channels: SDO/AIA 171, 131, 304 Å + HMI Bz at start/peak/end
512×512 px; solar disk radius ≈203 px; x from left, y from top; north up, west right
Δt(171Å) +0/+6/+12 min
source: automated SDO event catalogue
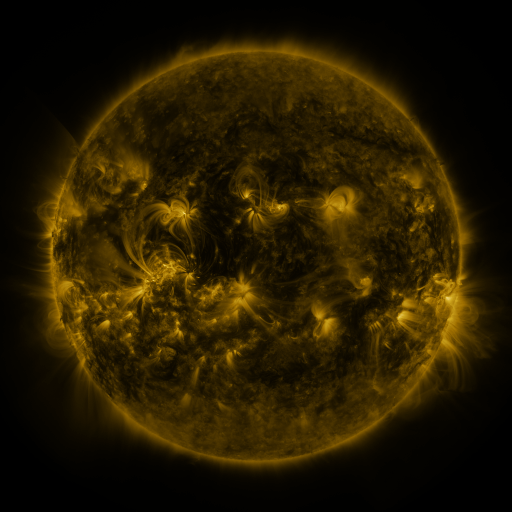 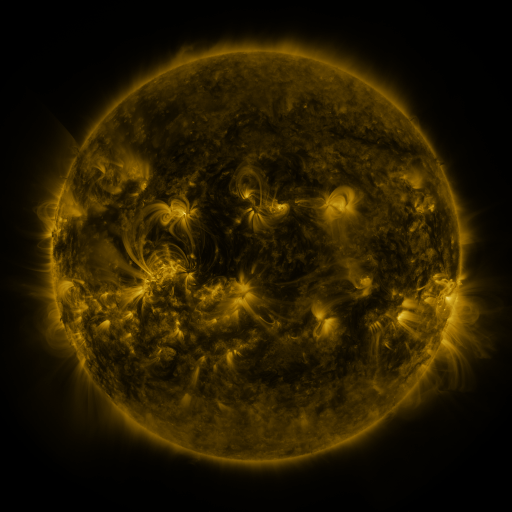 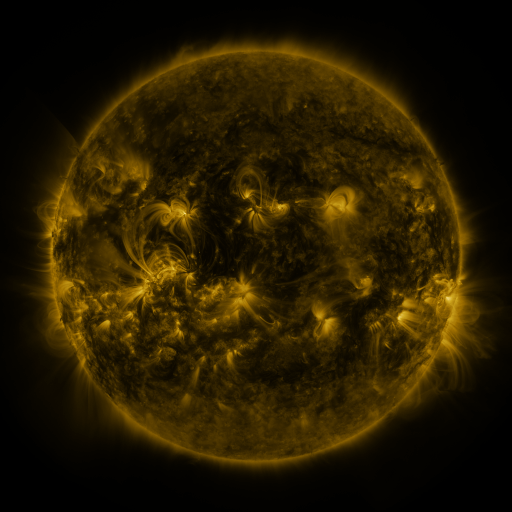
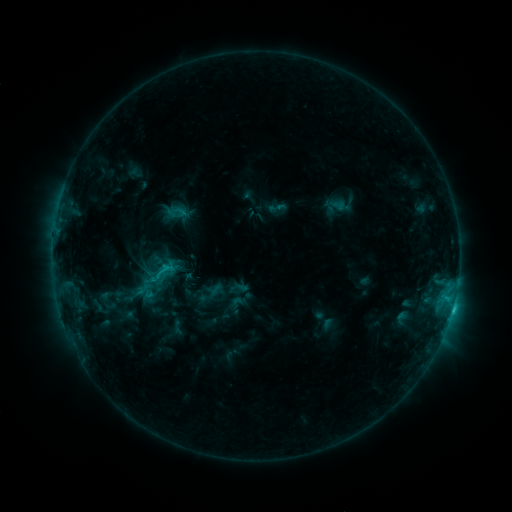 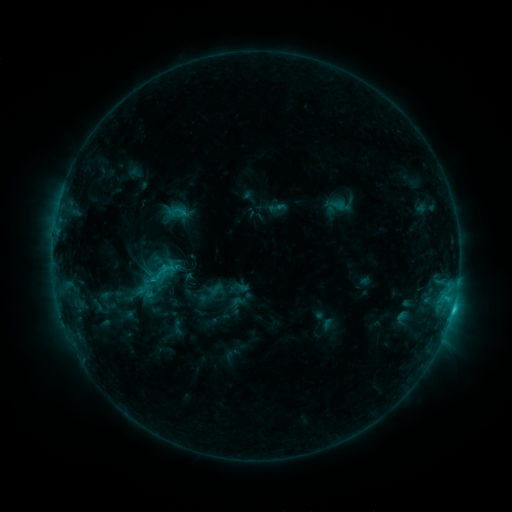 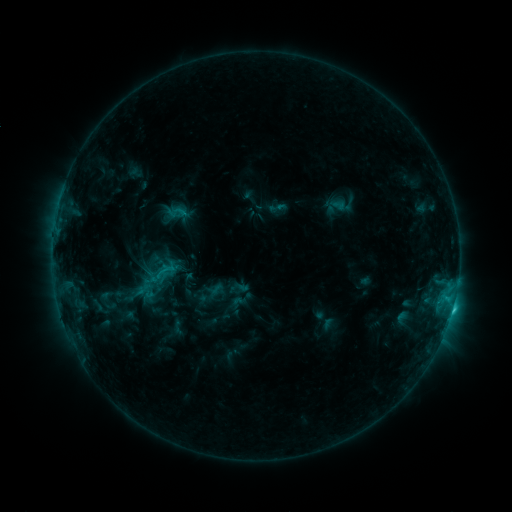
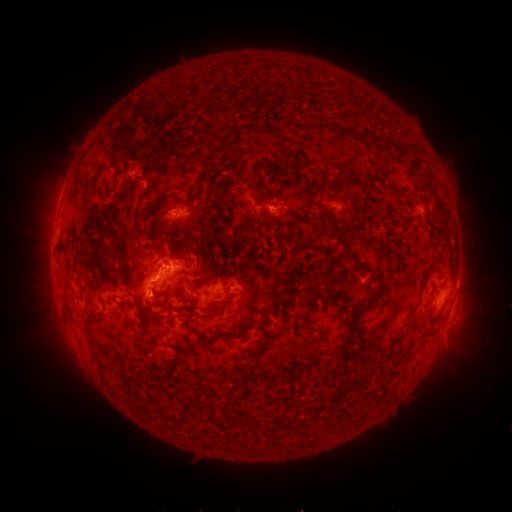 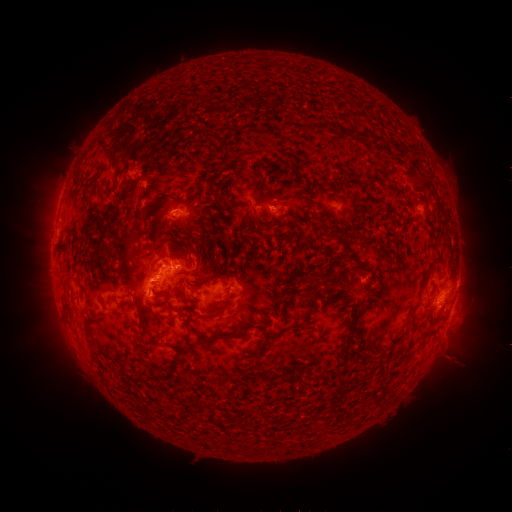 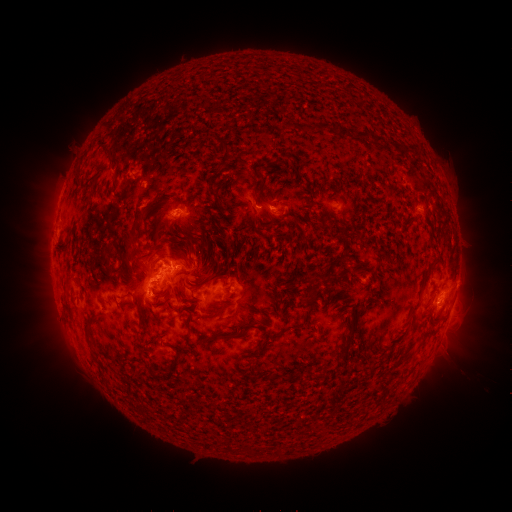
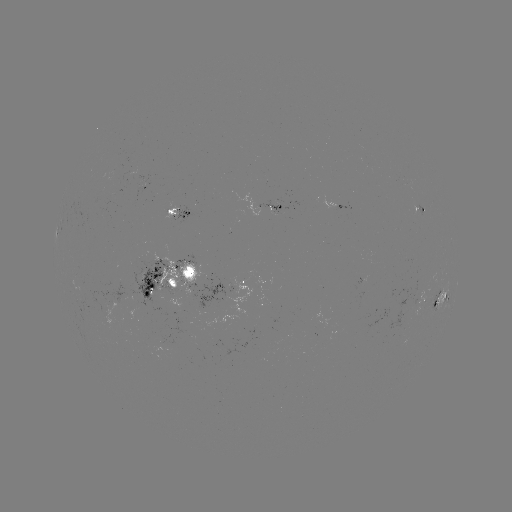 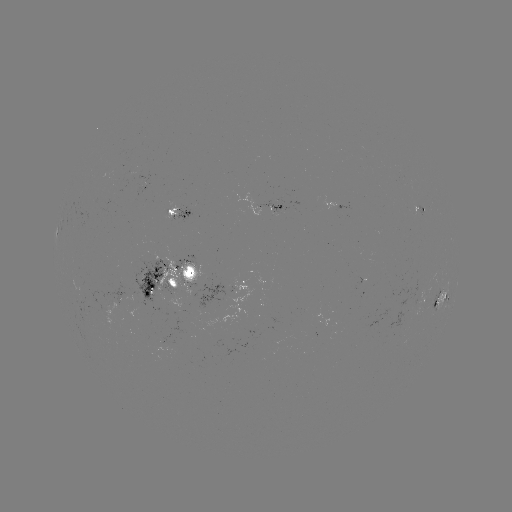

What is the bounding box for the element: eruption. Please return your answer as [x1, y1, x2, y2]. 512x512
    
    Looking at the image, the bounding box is [422, 322, 479, 385].